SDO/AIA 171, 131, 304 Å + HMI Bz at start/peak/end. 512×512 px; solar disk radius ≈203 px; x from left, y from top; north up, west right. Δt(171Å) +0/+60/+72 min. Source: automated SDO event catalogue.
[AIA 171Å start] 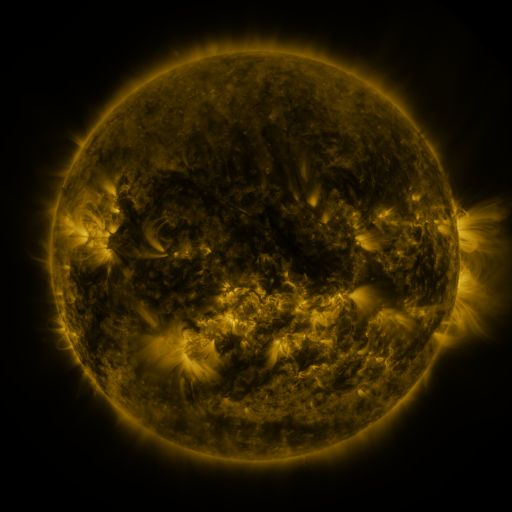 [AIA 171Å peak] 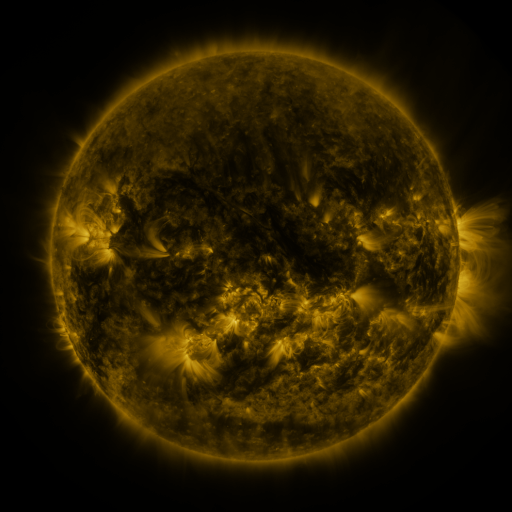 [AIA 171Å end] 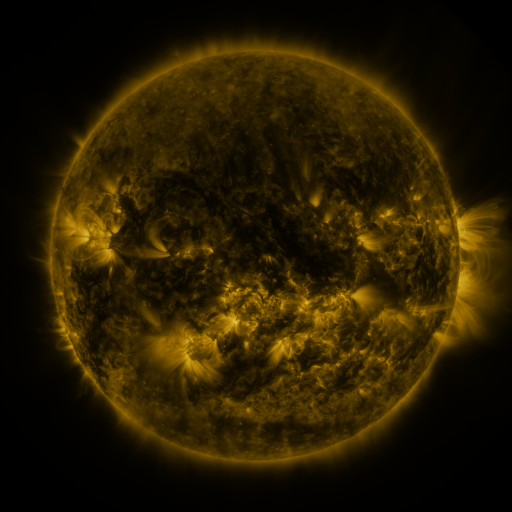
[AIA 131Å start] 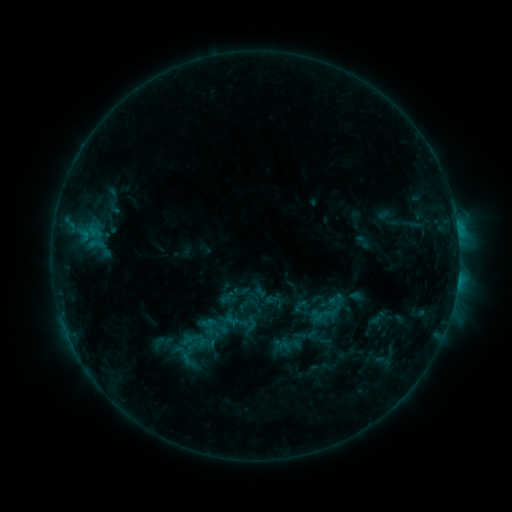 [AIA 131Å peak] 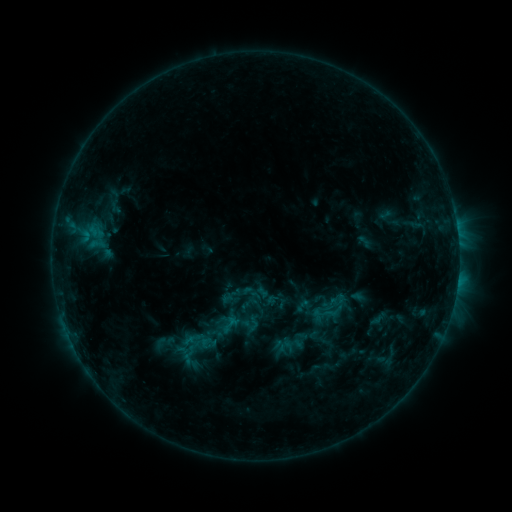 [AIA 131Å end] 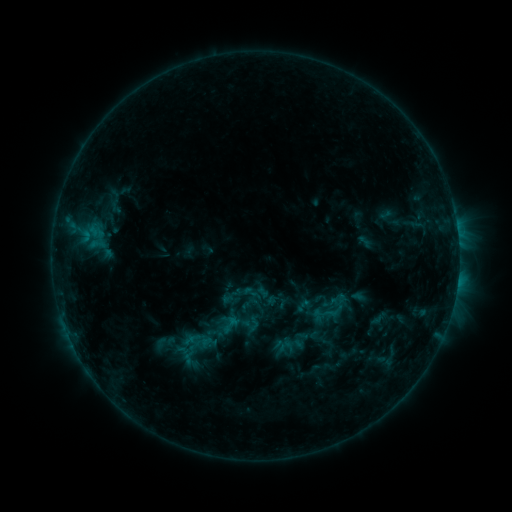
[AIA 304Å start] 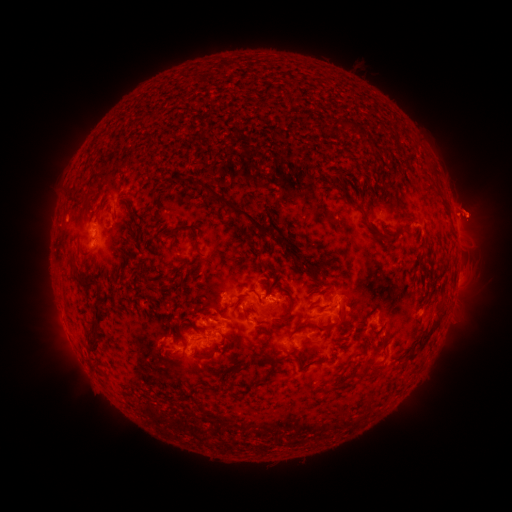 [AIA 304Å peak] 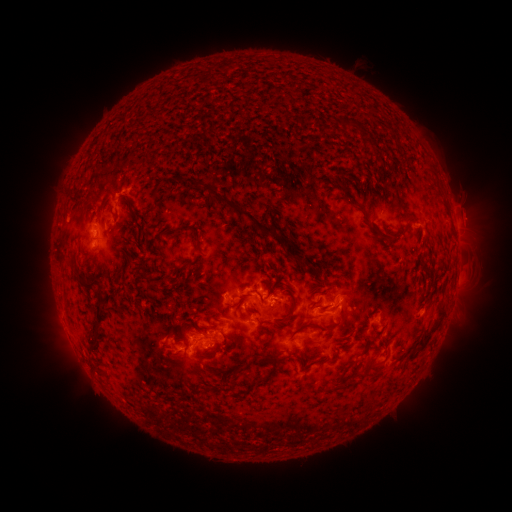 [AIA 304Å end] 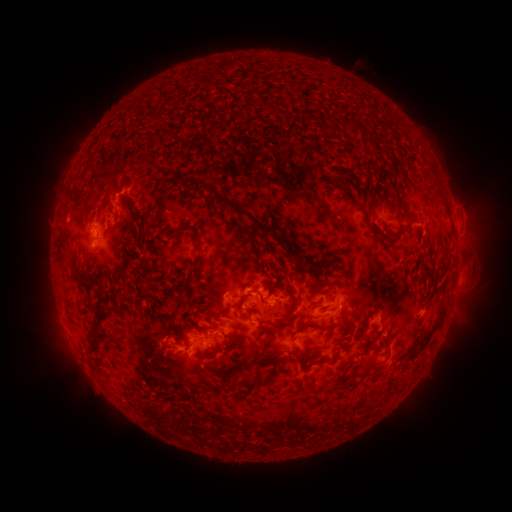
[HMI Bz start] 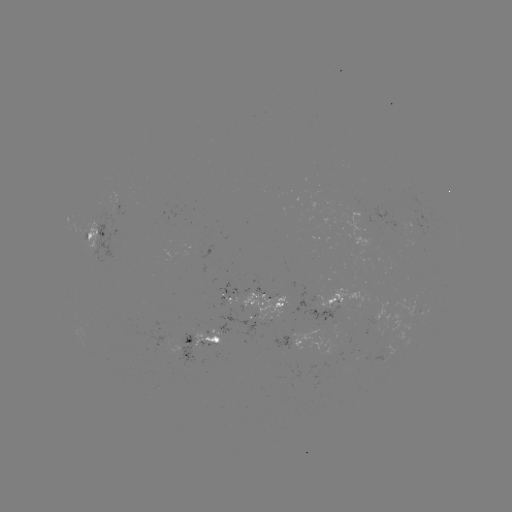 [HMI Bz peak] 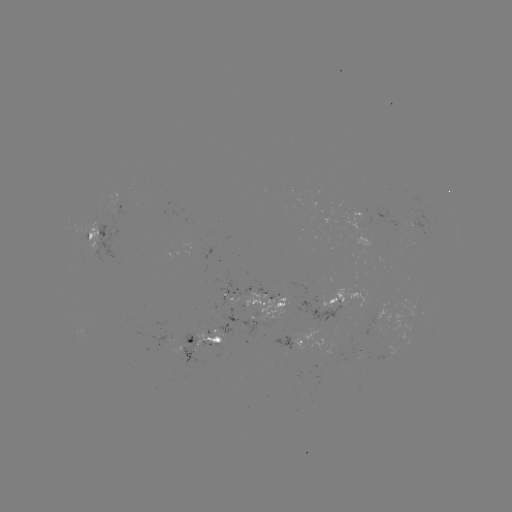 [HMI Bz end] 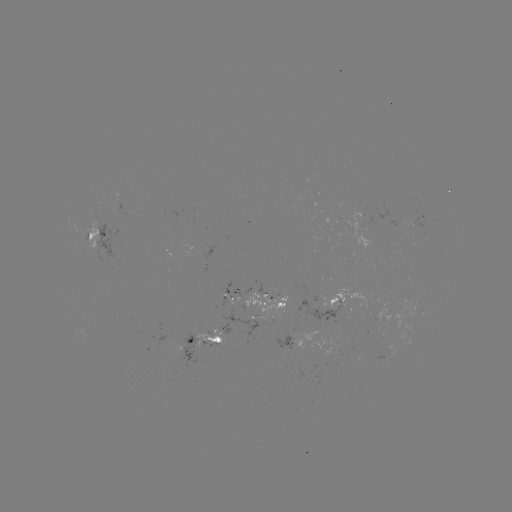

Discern emerging-flux region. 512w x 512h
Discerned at (235, 309).